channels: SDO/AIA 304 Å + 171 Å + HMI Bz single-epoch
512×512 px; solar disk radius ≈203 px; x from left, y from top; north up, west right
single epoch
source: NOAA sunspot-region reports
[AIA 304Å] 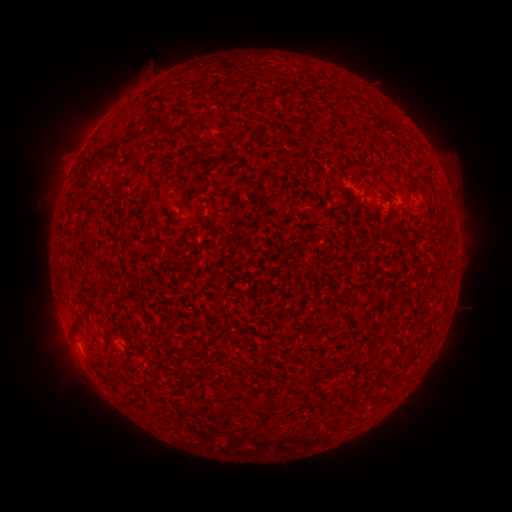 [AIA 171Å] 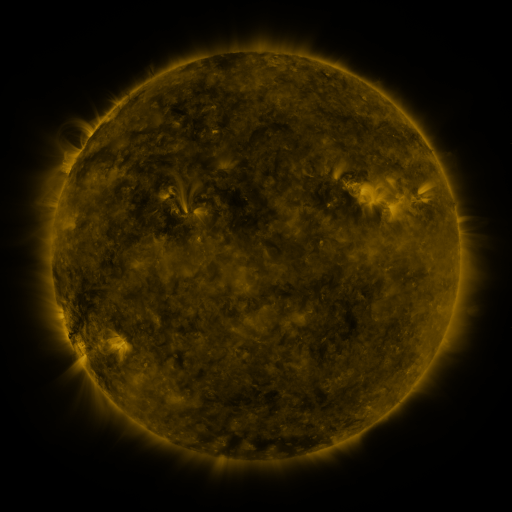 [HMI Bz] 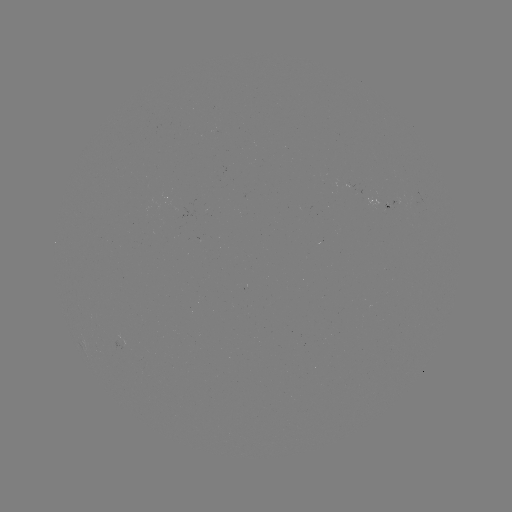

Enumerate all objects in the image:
spotted active region: (381, 202)
spotted active region: (119, 339)
